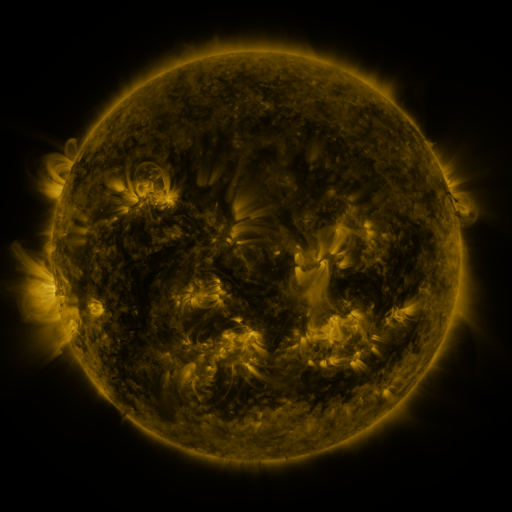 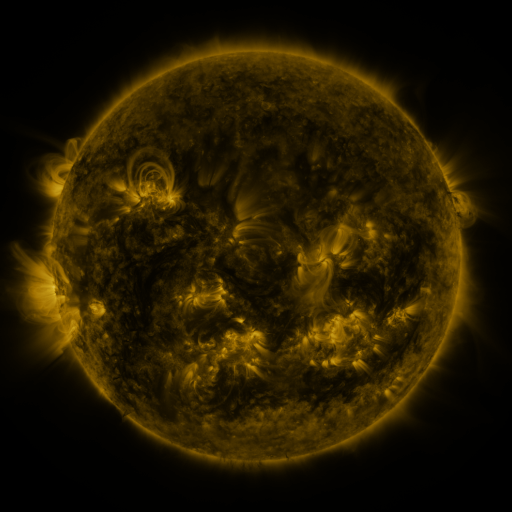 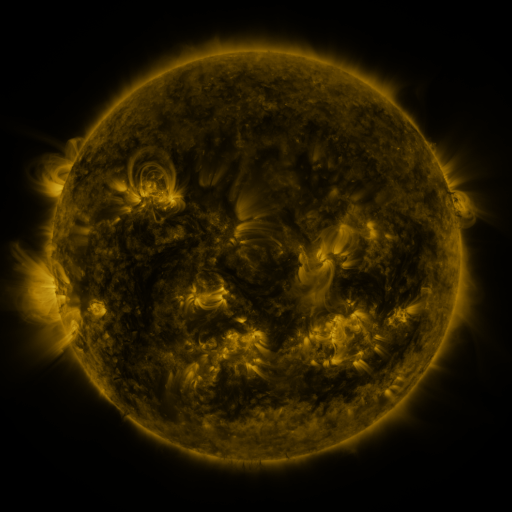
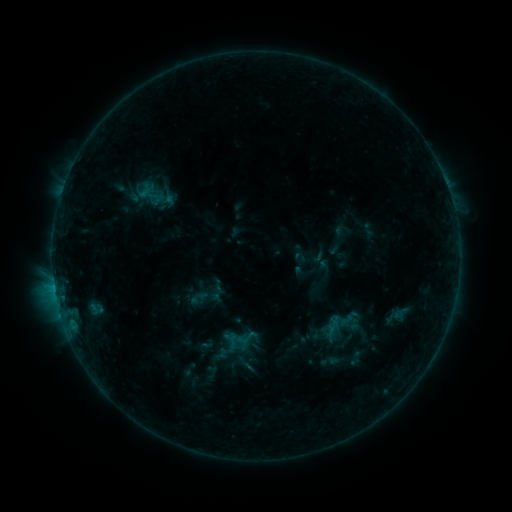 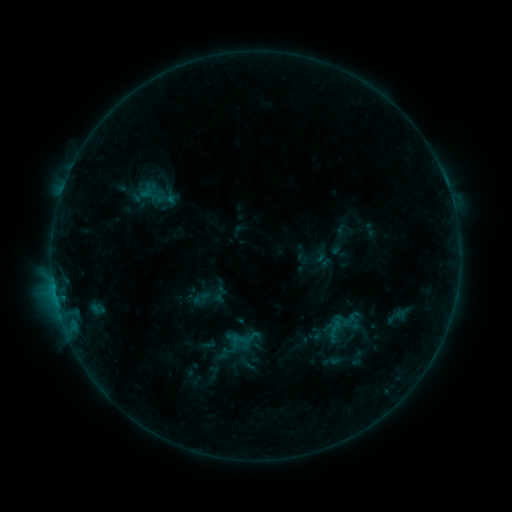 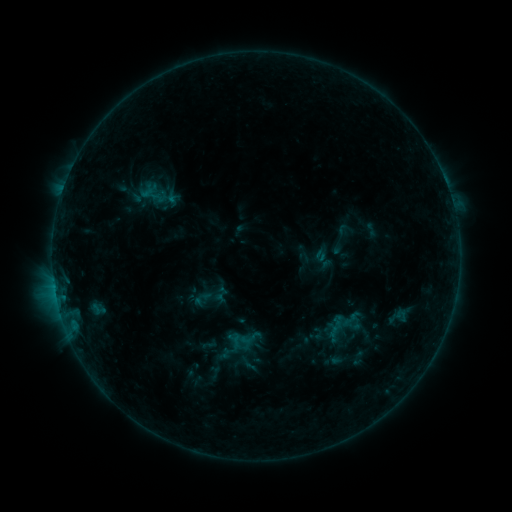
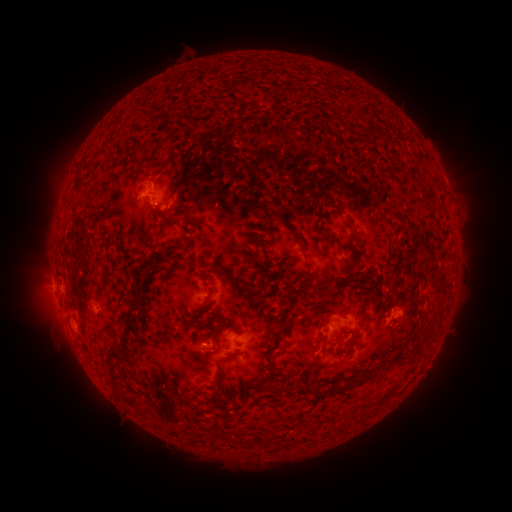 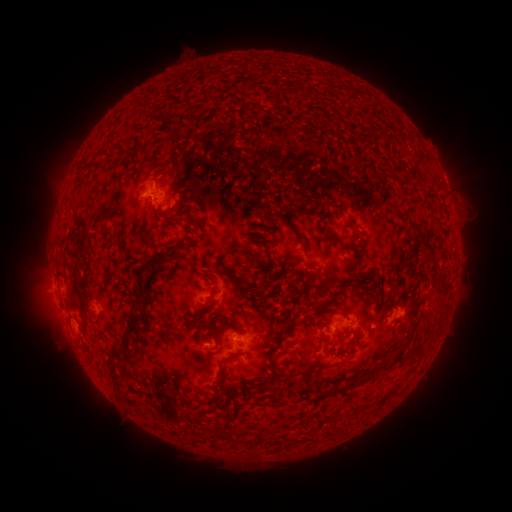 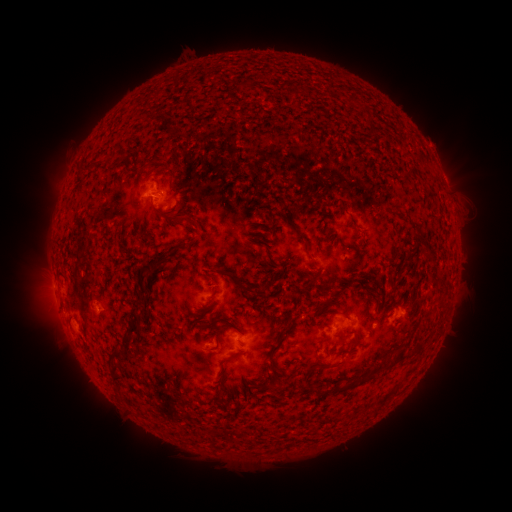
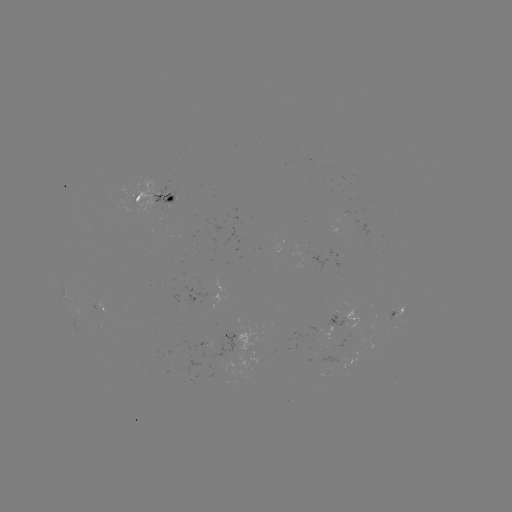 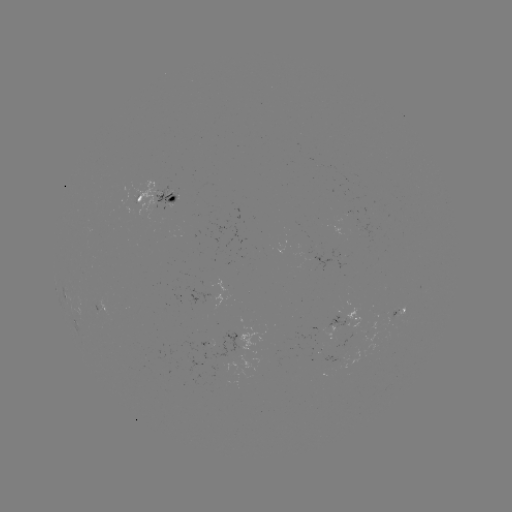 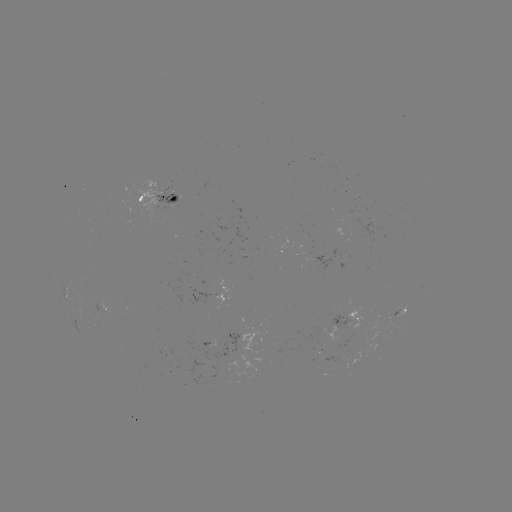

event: emerging-flux region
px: (349, 222)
